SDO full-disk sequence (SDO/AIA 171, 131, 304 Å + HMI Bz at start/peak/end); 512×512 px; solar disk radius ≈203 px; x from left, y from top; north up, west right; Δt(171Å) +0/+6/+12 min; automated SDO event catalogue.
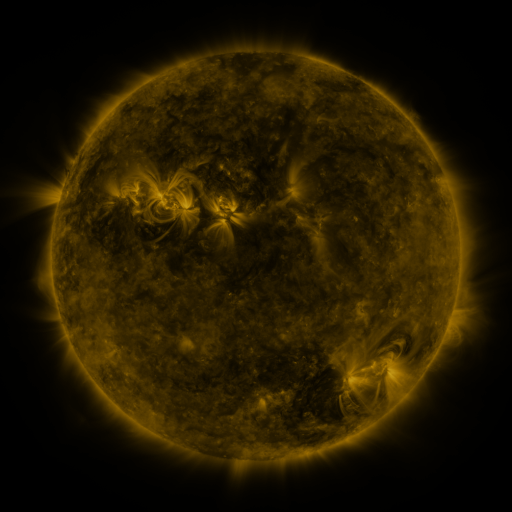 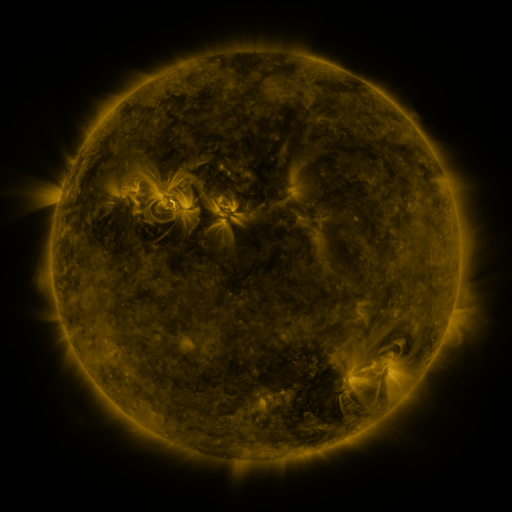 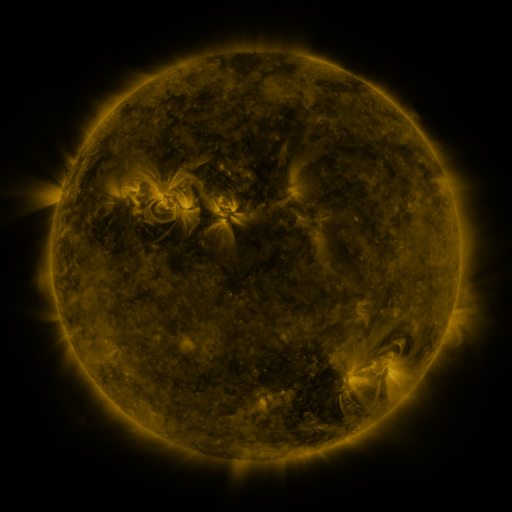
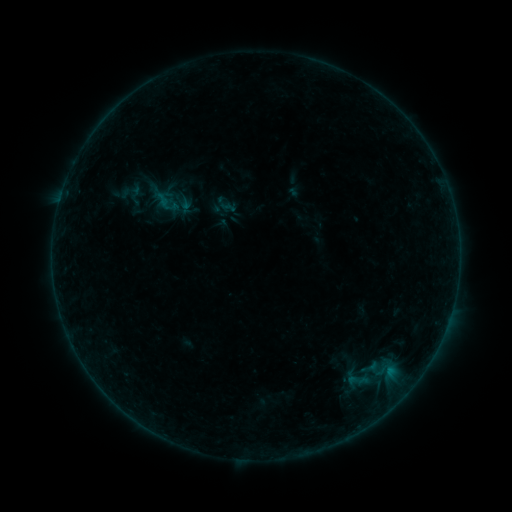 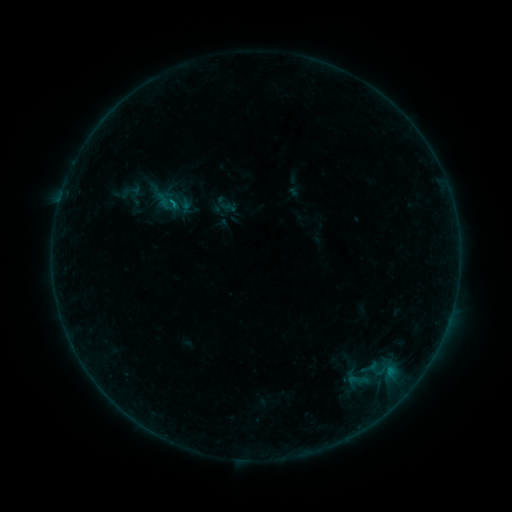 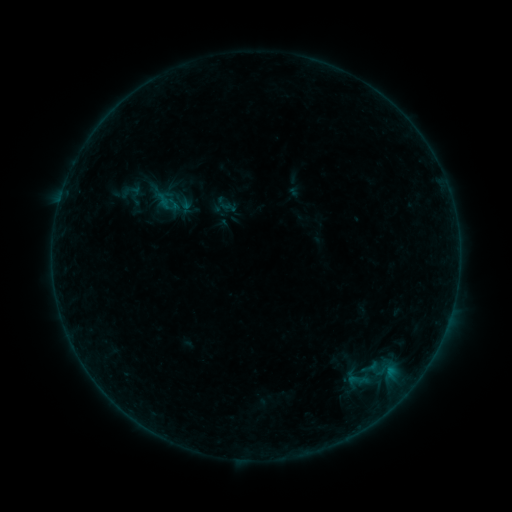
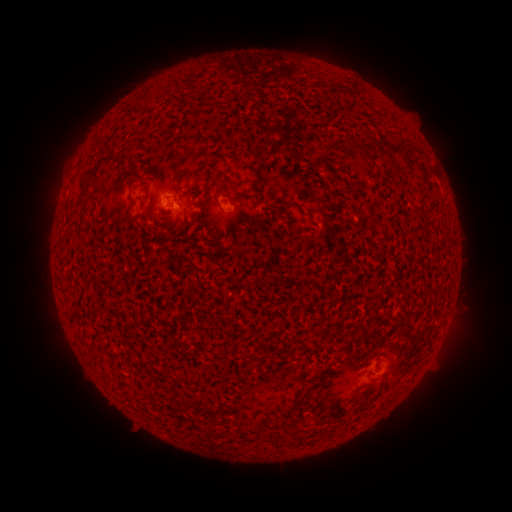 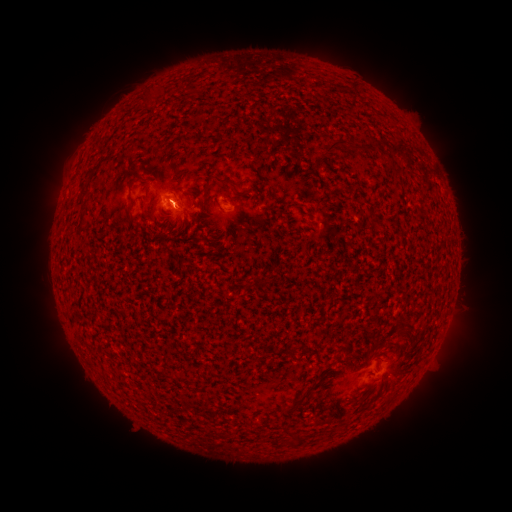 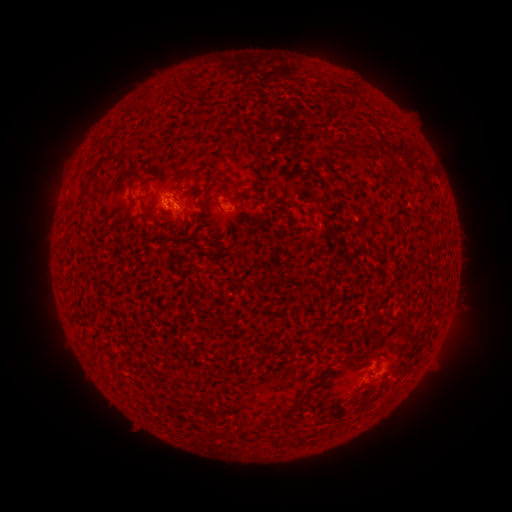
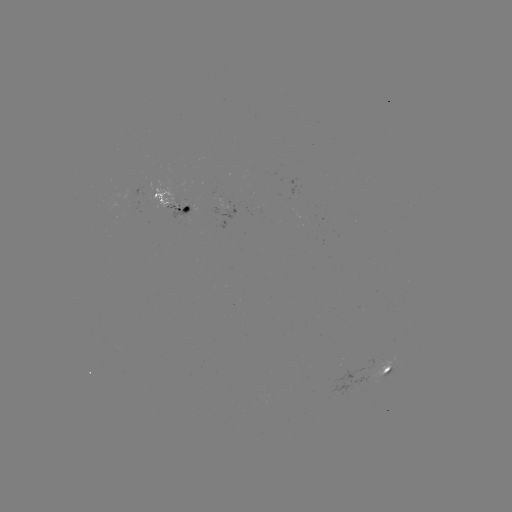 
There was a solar flare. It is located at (175, 204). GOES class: B2.2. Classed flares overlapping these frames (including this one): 1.